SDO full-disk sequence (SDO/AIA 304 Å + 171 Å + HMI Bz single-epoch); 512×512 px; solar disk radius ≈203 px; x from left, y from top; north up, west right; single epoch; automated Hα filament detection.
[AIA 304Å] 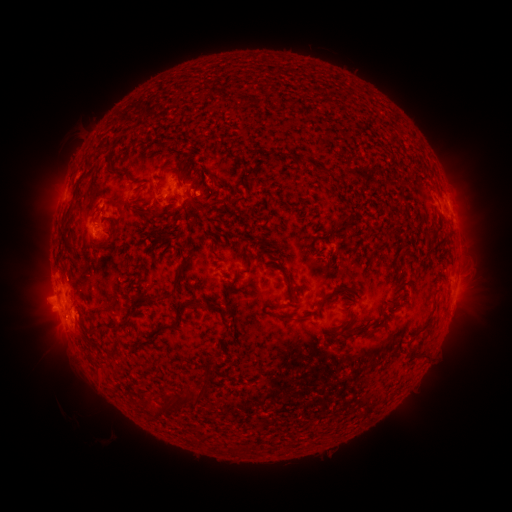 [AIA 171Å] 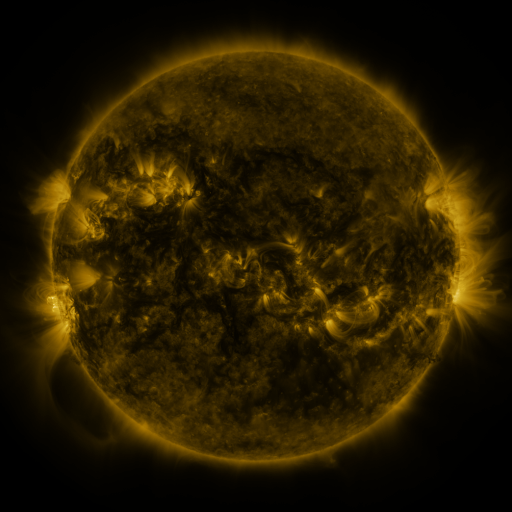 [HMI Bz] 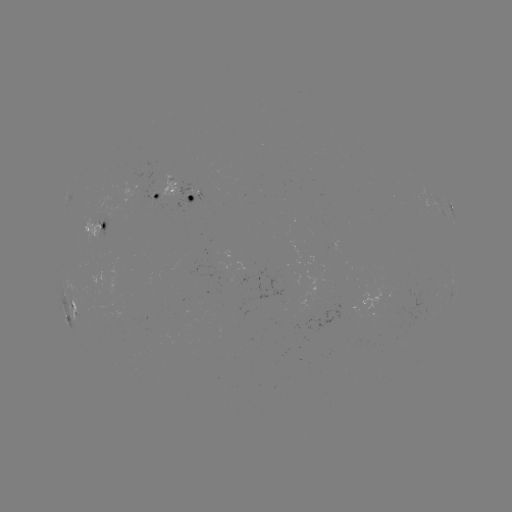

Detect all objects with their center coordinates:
filament: (304, 165)
filament: (166, 166)
filament: (319, 167)
filament: (121, 170)
filament: (66, 238)
filament: (212, 248)
filament: (291, 292)
filament: (169, 295)
filament: (293, 319)
filament: (176, 322)
filament: (122, 323)
filament: (195, 397)
filament: (168, 399)
